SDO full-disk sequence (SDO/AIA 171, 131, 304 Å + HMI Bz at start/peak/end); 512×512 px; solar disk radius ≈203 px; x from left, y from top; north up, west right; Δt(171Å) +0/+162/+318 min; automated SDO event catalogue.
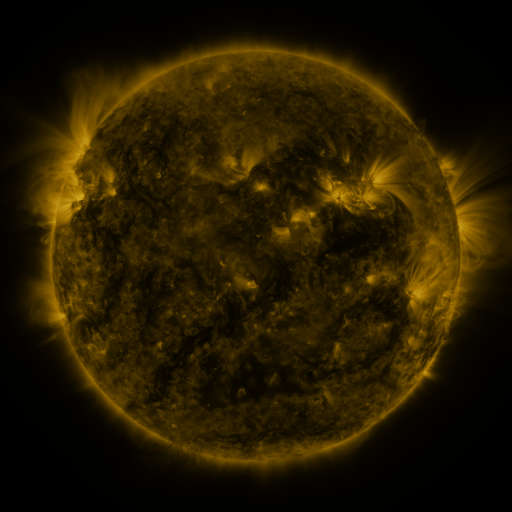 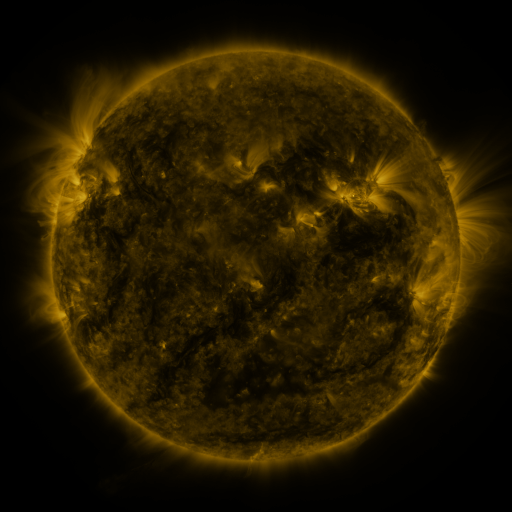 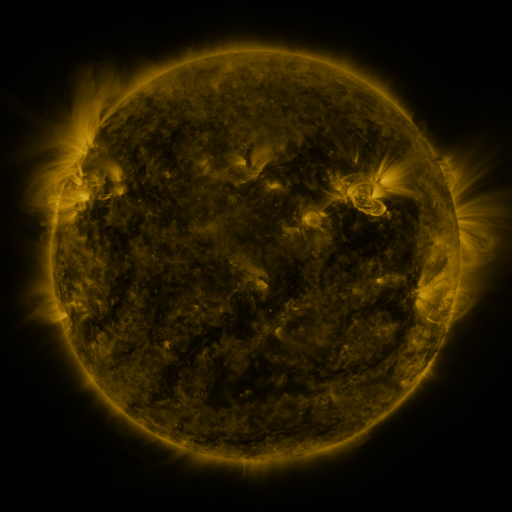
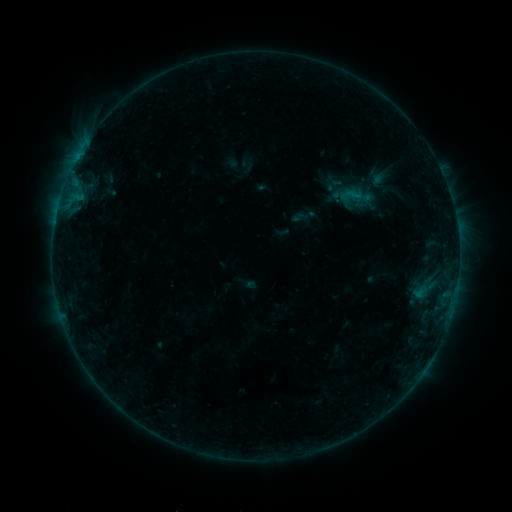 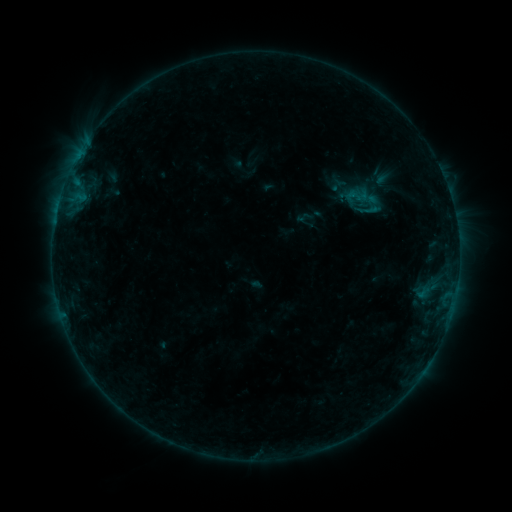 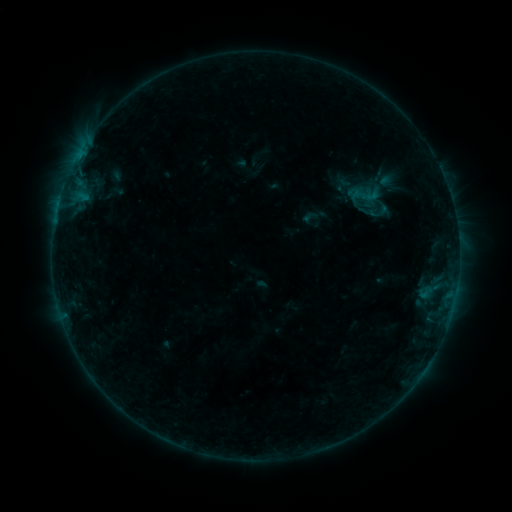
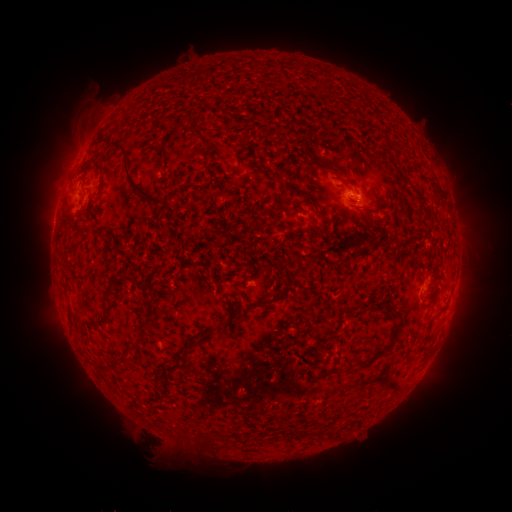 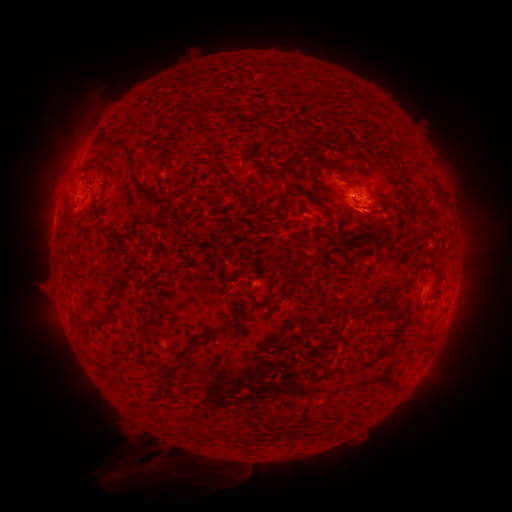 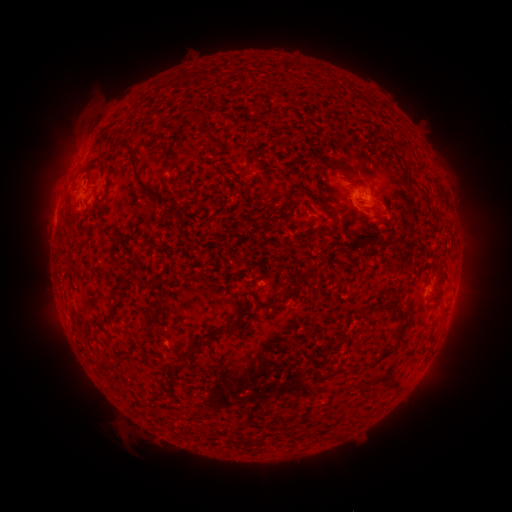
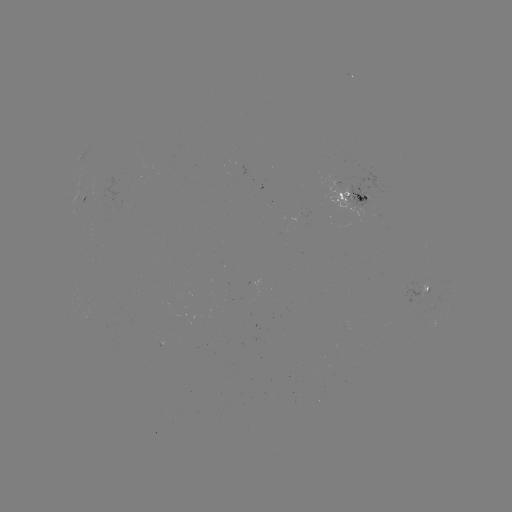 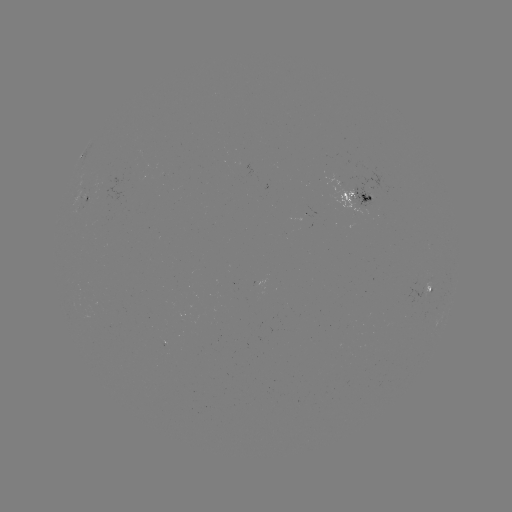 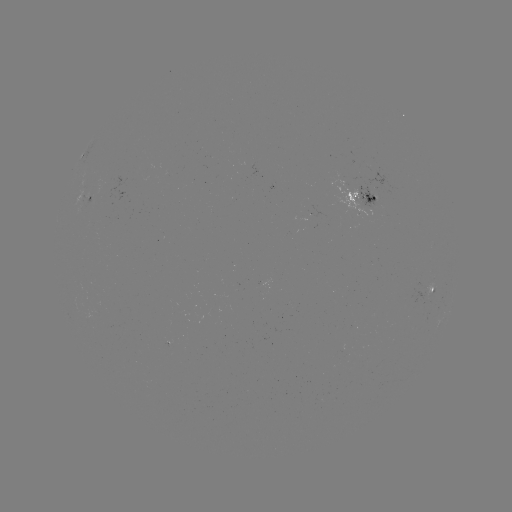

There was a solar filament eruption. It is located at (162, 455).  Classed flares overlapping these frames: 2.